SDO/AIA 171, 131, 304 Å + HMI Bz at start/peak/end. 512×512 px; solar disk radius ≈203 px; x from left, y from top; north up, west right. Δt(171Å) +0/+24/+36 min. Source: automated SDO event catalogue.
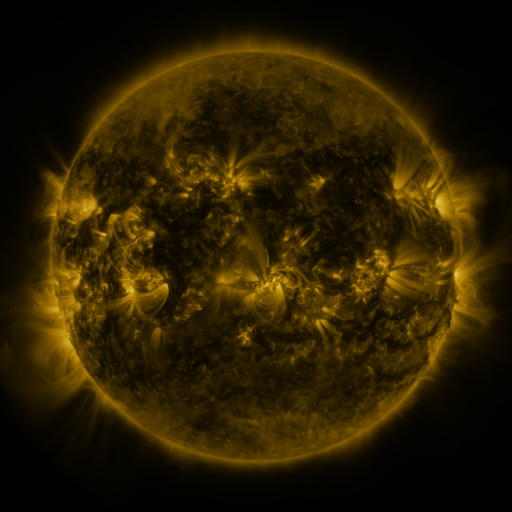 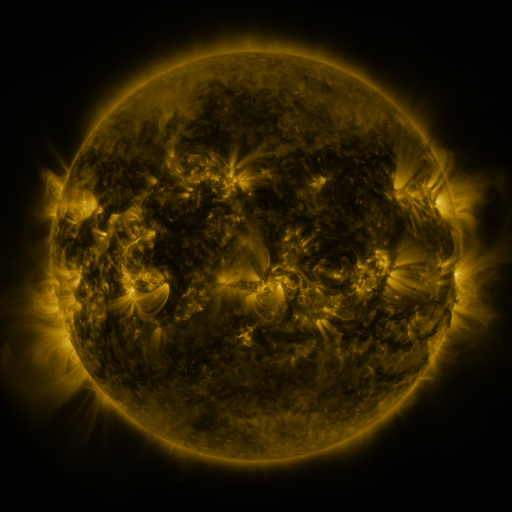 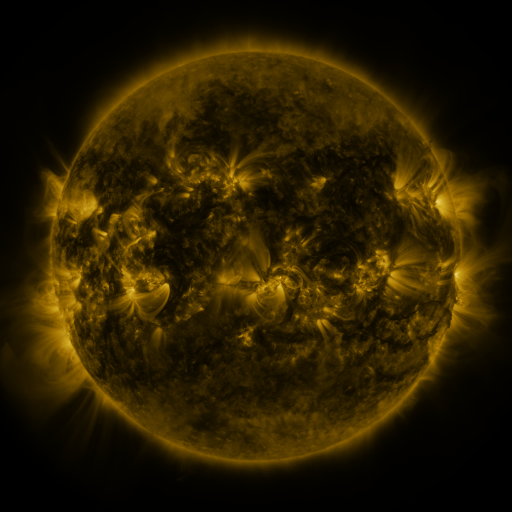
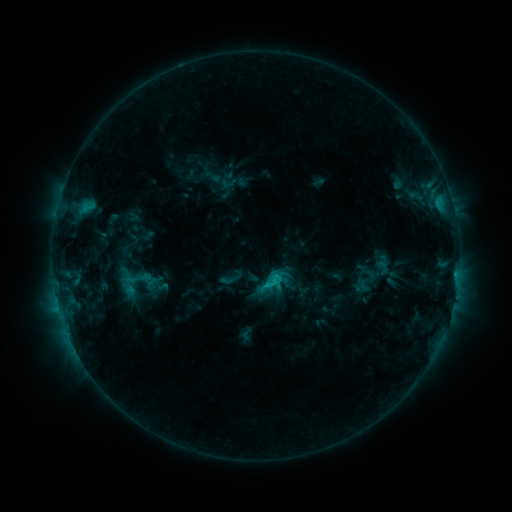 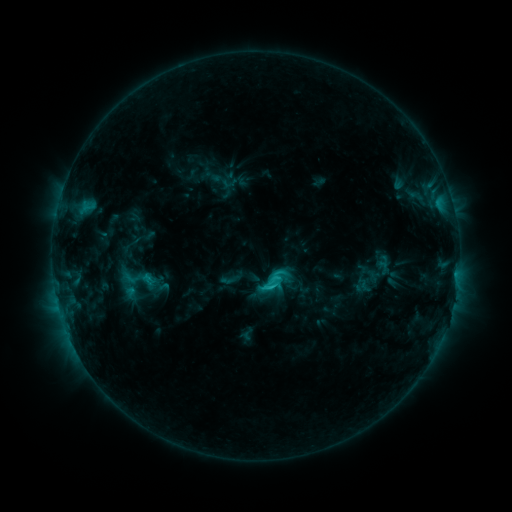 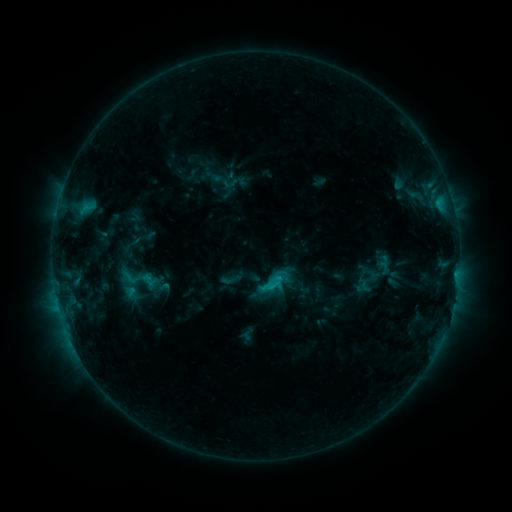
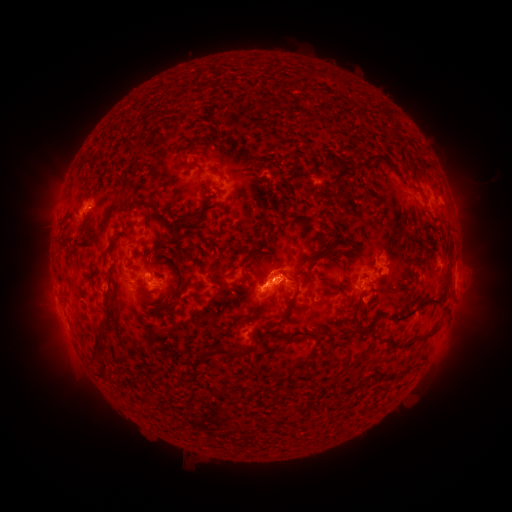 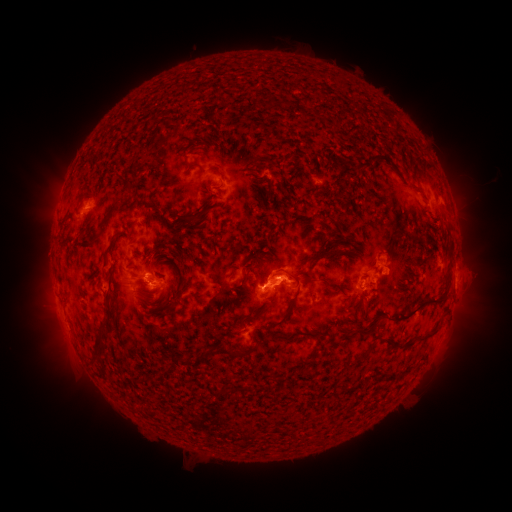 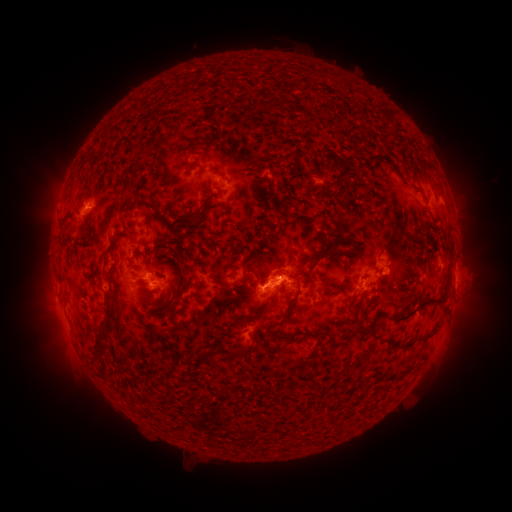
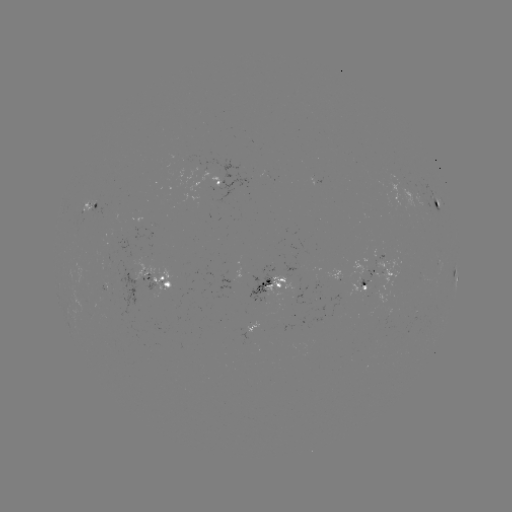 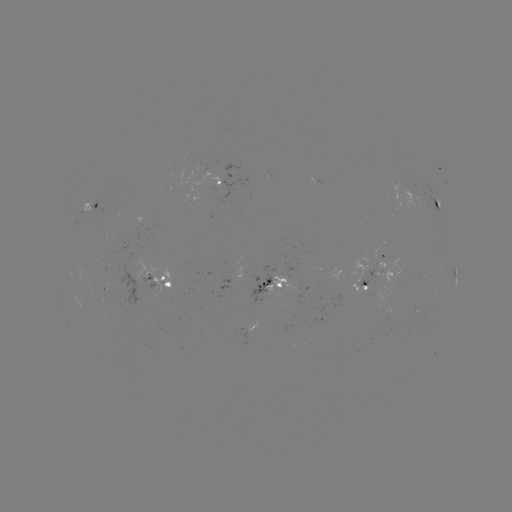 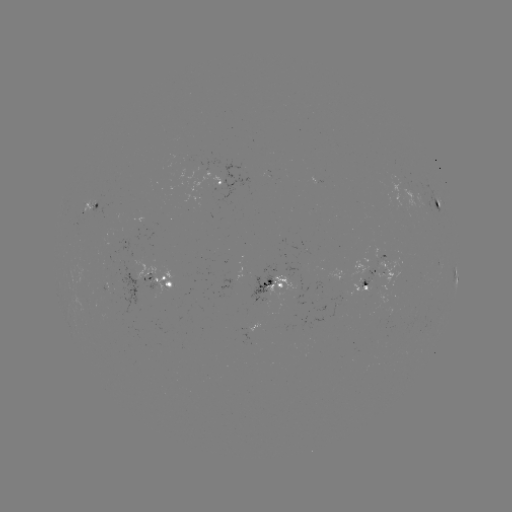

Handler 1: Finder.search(C2.9 flare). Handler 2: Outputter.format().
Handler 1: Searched C2.9 flare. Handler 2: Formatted (269, 284).